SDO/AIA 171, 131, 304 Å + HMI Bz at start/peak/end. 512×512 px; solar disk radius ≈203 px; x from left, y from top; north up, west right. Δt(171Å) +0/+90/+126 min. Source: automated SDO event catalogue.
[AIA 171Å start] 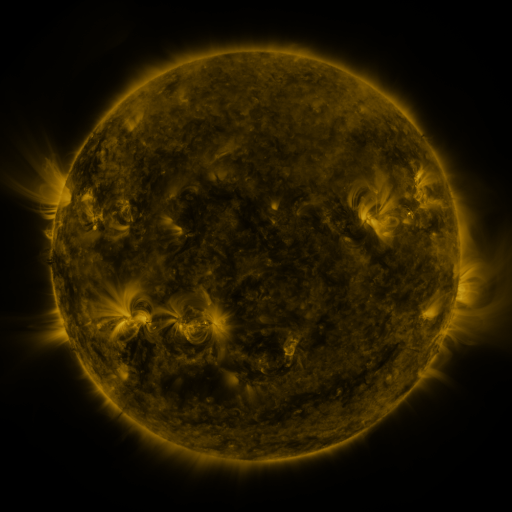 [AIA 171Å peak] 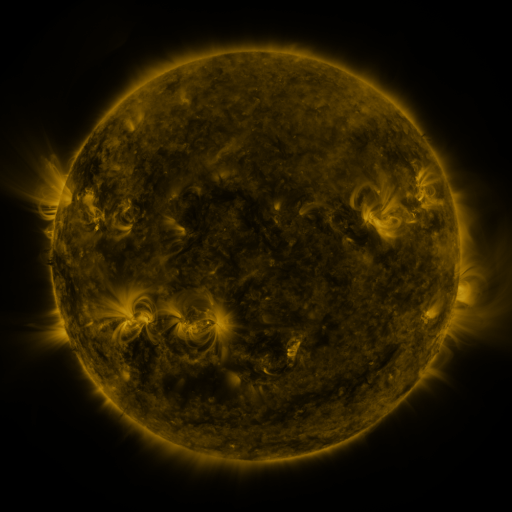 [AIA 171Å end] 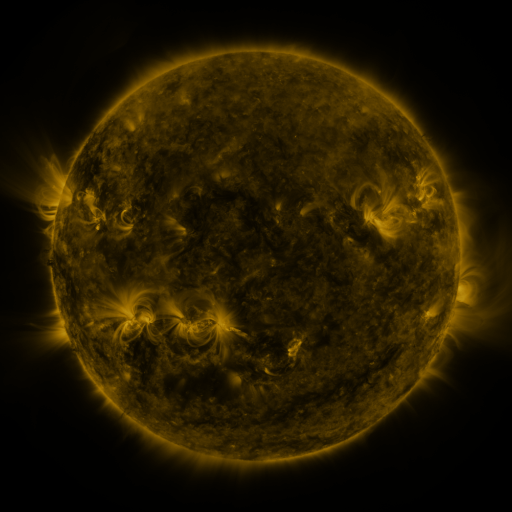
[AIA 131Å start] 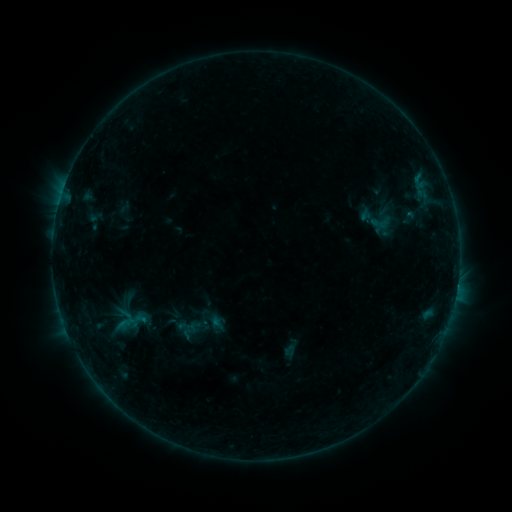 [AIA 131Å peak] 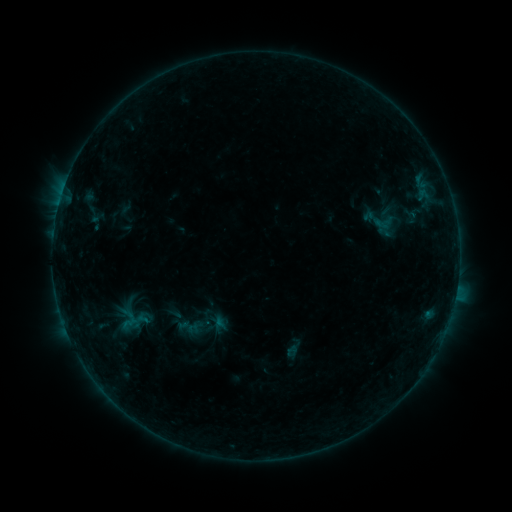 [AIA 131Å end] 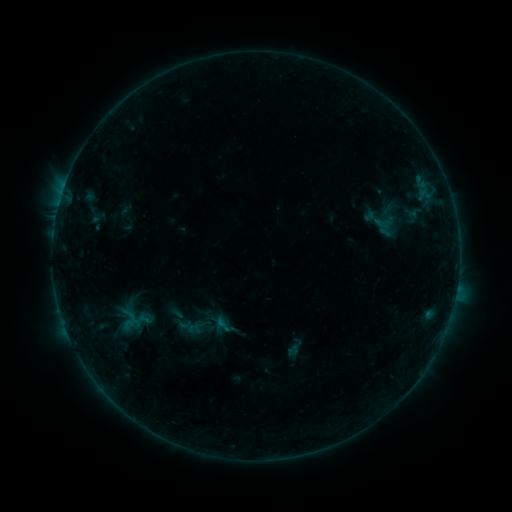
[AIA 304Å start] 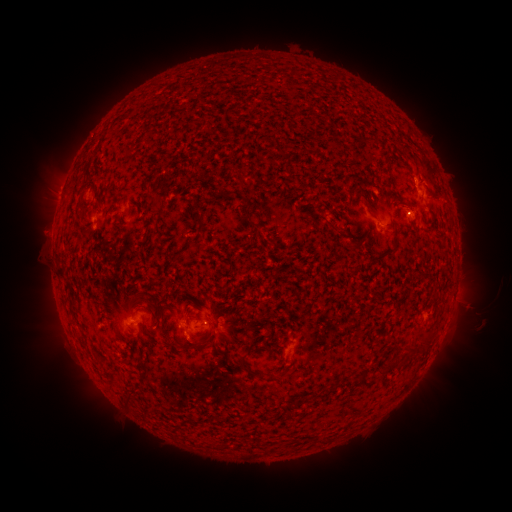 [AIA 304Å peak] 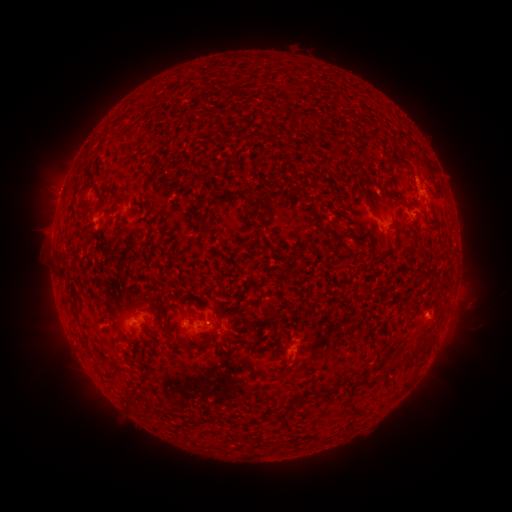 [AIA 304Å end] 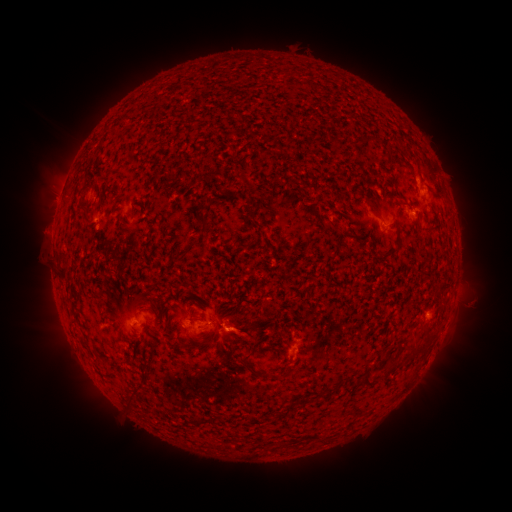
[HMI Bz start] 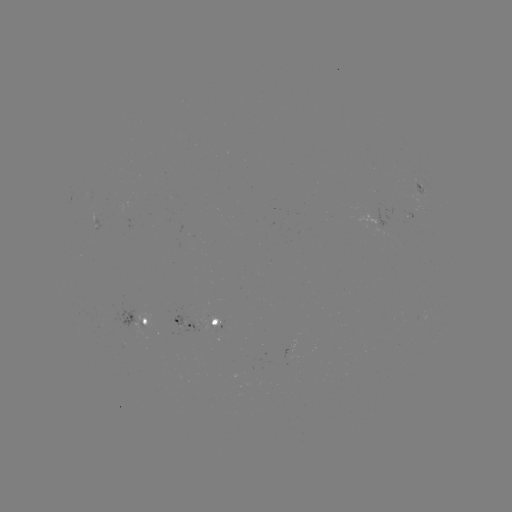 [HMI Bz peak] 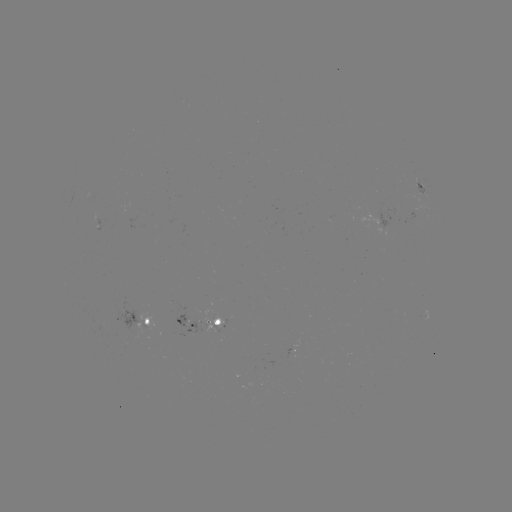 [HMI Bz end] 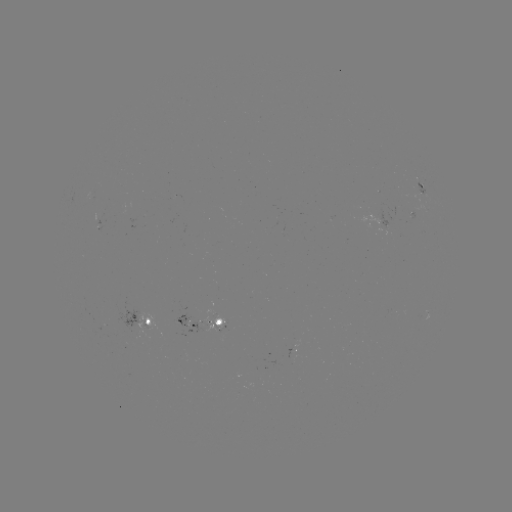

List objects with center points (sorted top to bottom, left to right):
emerging-flux region: (95, 198)
